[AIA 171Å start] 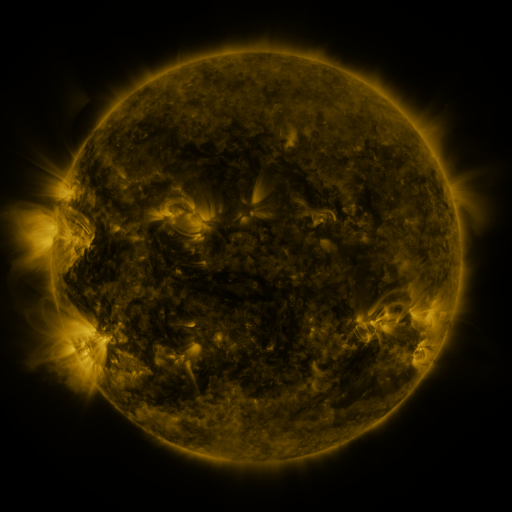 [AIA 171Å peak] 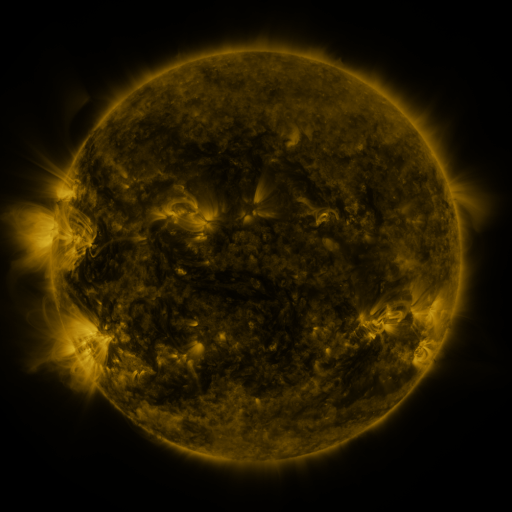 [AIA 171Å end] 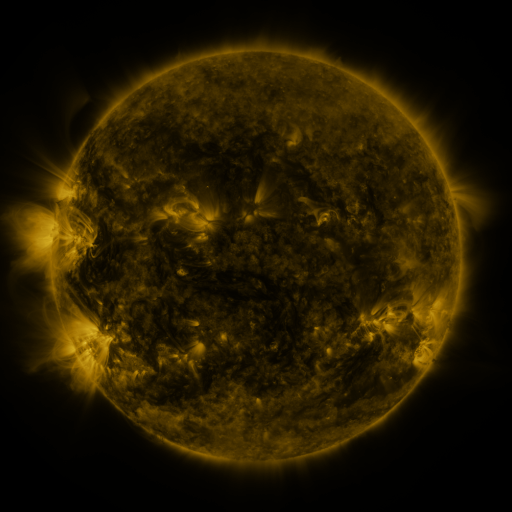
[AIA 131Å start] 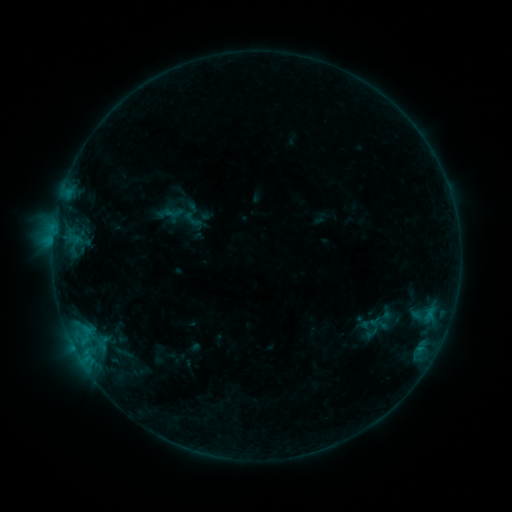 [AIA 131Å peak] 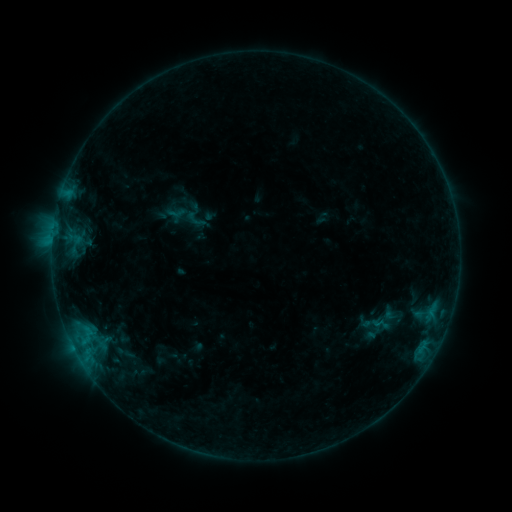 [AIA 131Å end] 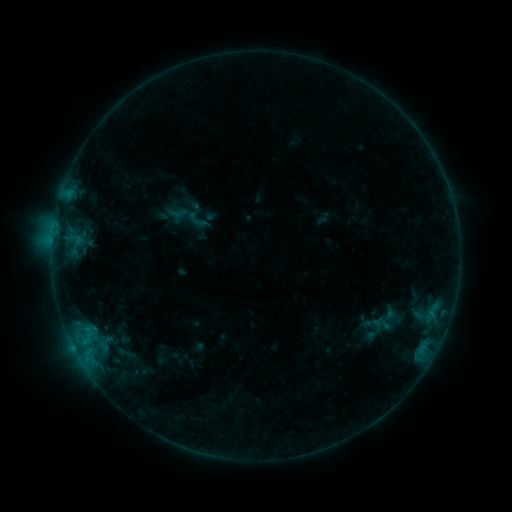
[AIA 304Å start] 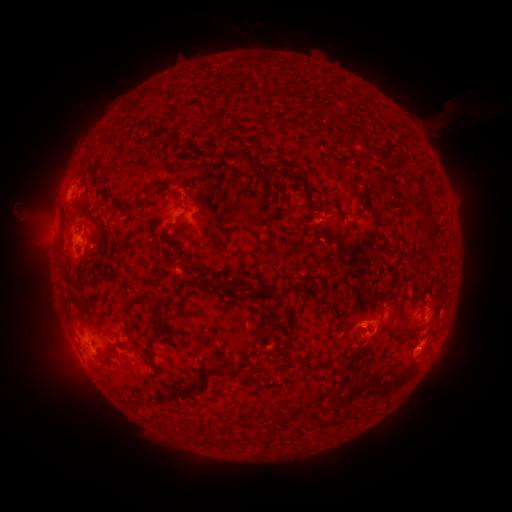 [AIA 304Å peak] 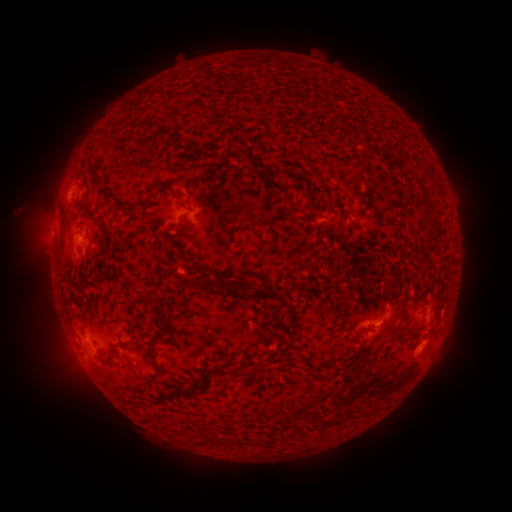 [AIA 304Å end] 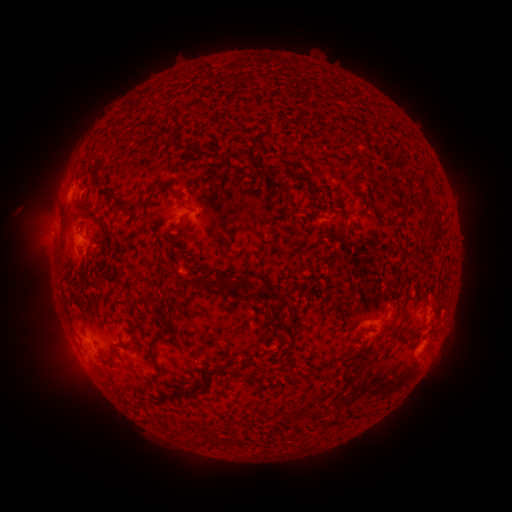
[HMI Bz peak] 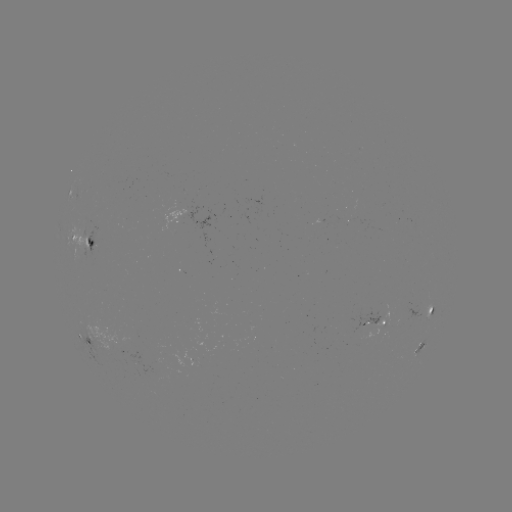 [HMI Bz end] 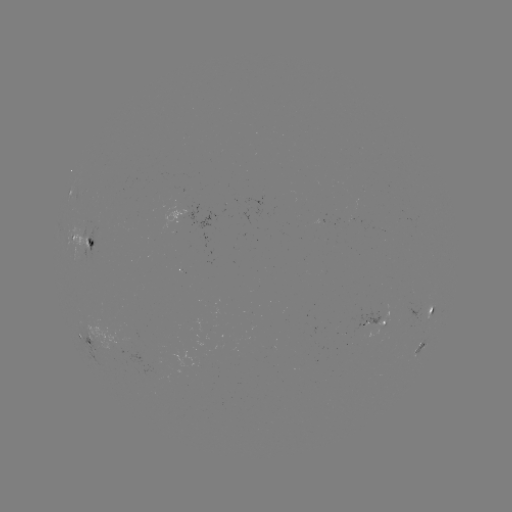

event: emerging-flux region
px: (157, 361)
